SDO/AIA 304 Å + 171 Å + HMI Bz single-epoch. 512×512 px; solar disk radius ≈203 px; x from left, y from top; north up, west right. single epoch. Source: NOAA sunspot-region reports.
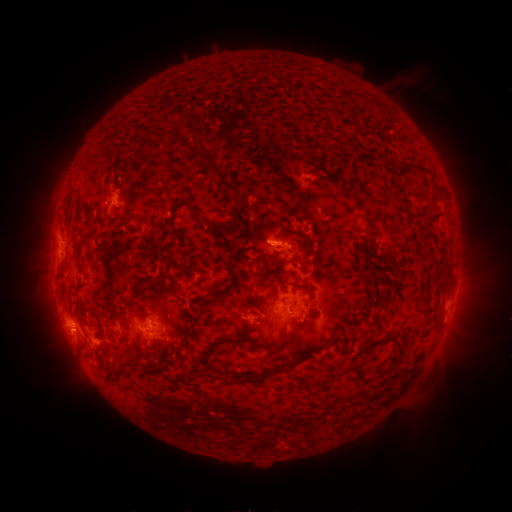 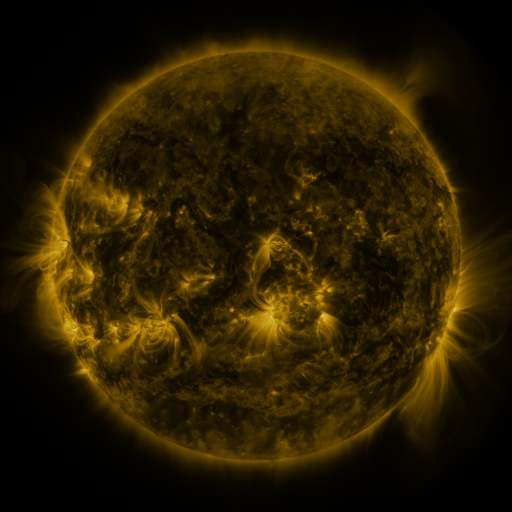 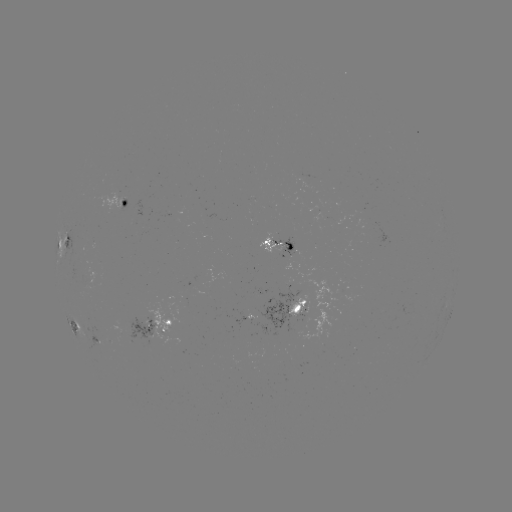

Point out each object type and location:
spotted active region: (134, 207)
spotted active region: (65, 243)
spotted active region: (284, 243)
spotted active region: (290, 310)
spotted active region: (451, 311)
spotted active region: (252, 317)
spotted active region: (76, 327)
spotted active region: (163, 329)
